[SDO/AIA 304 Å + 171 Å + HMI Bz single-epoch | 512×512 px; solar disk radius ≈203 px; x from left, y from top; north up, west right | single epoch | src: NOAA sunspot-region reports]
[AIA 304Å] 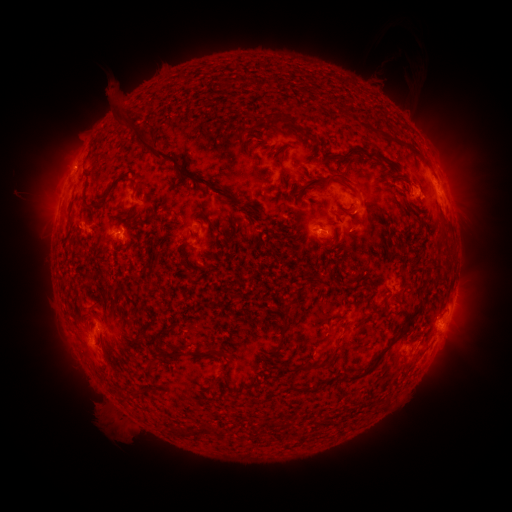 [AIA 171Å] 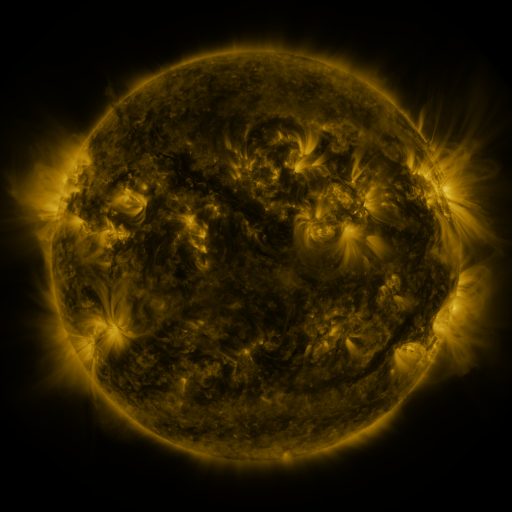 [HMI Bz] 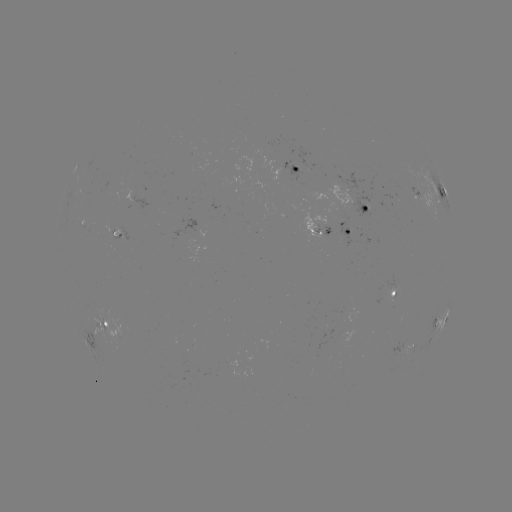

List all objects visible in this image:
spotted active region: (299, 169)
spotted active region: (441, 192)
spotted active region: (365, 208)
spotted active region: (331, 230)
spotted active region: (94, 237)
spotted active region: (396, 292)
spotted active region: (454, 301)
spotted active region: (441, 321)
spotted active region: (96, 334)
spotted active region: (405, 347)
